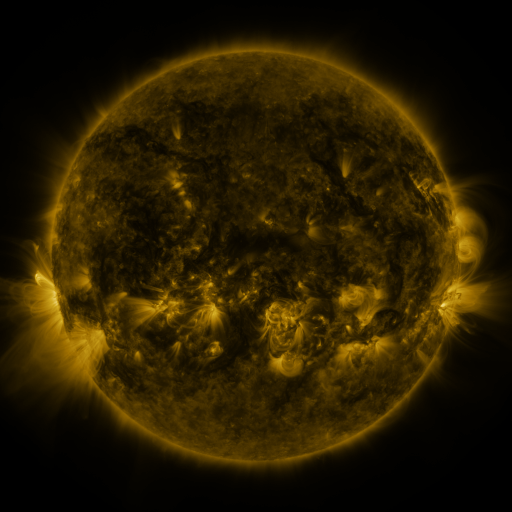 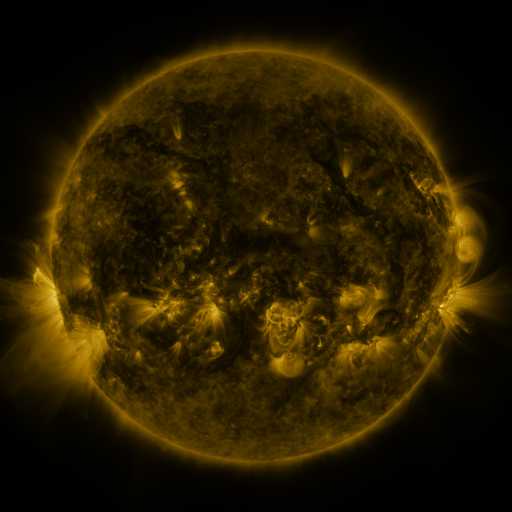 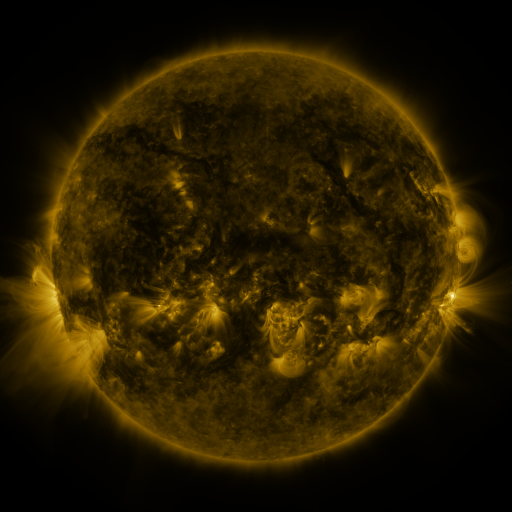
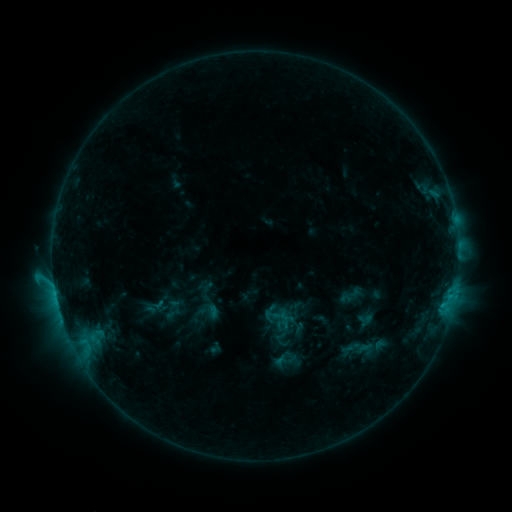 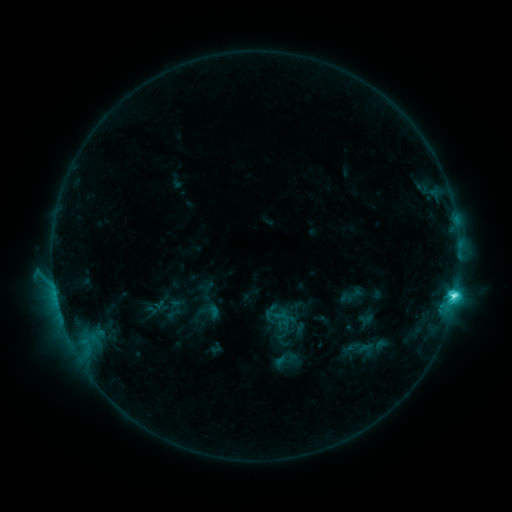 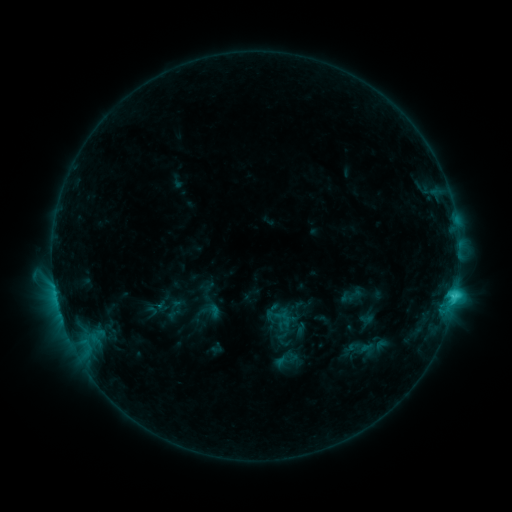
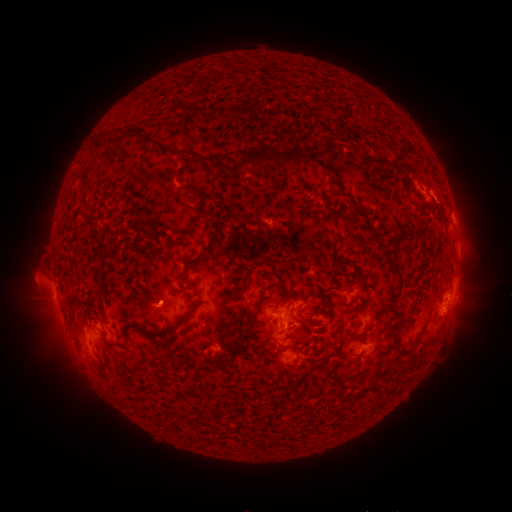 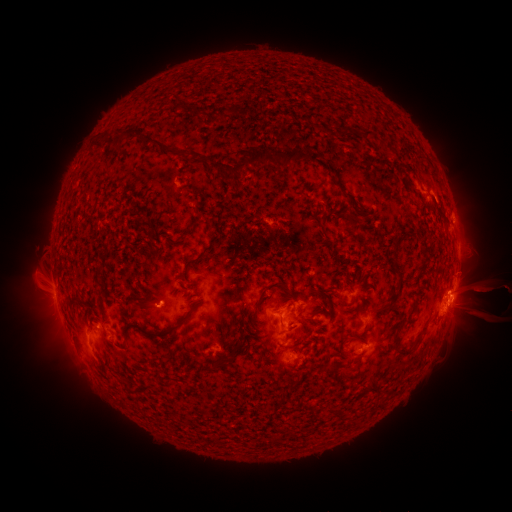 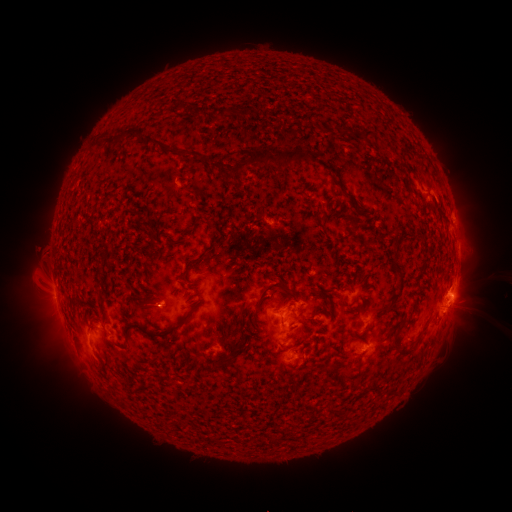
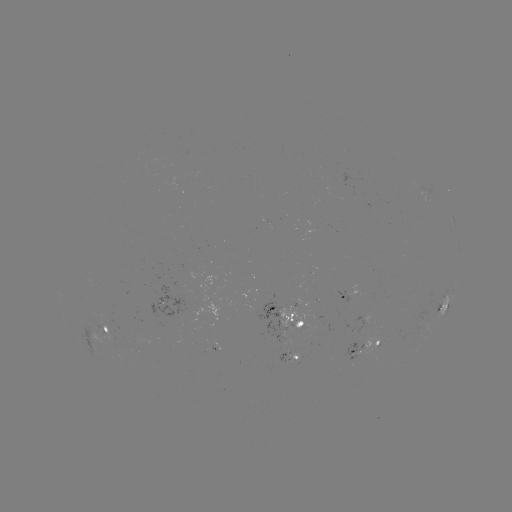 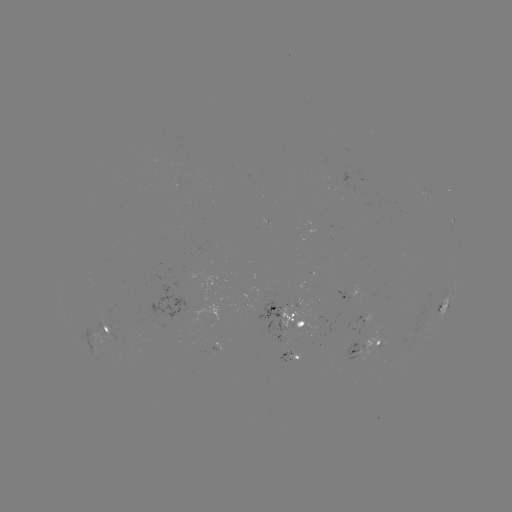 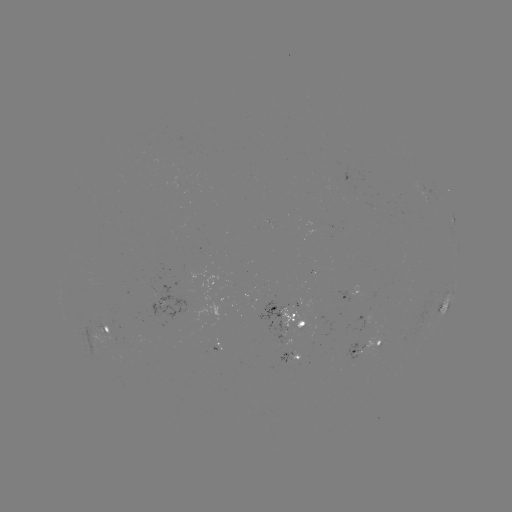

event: flare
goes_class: C4.7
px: (453, 295)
